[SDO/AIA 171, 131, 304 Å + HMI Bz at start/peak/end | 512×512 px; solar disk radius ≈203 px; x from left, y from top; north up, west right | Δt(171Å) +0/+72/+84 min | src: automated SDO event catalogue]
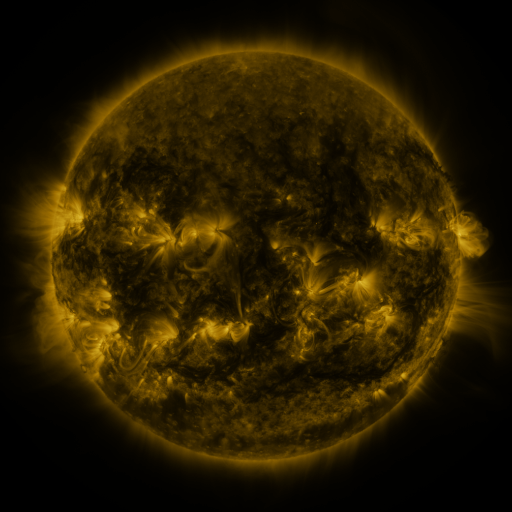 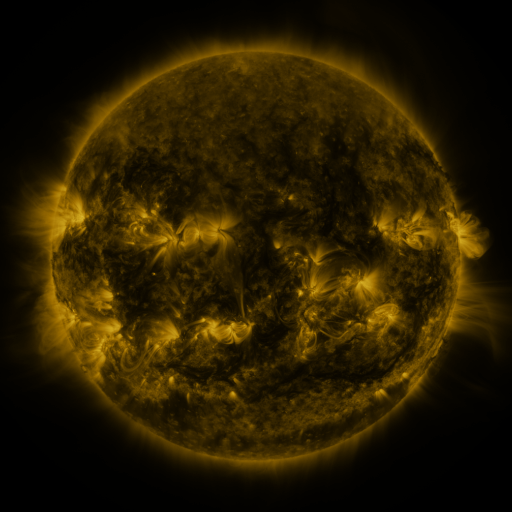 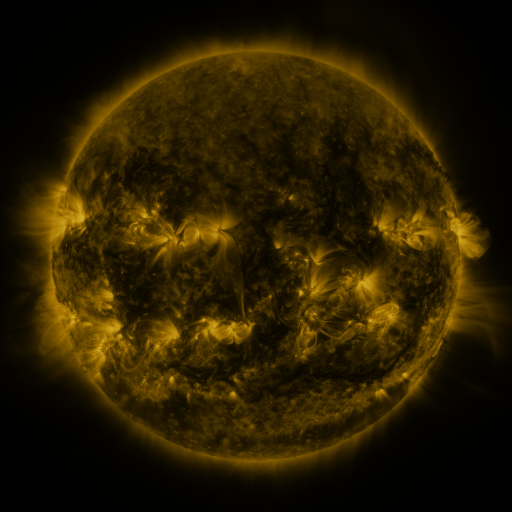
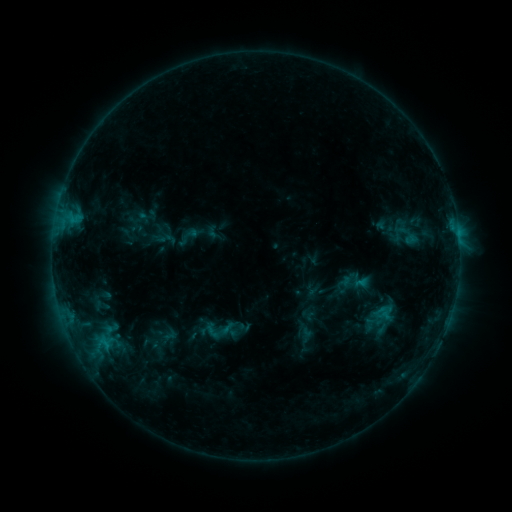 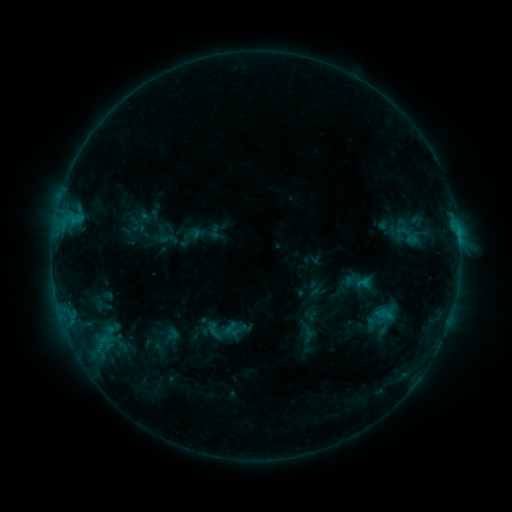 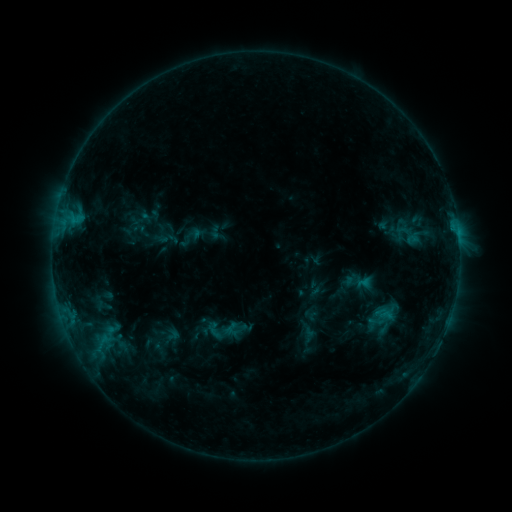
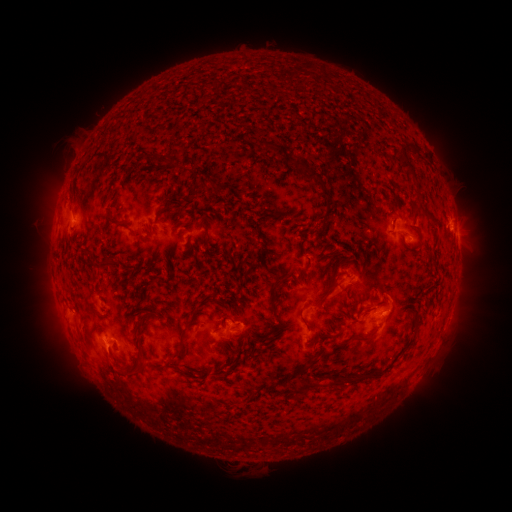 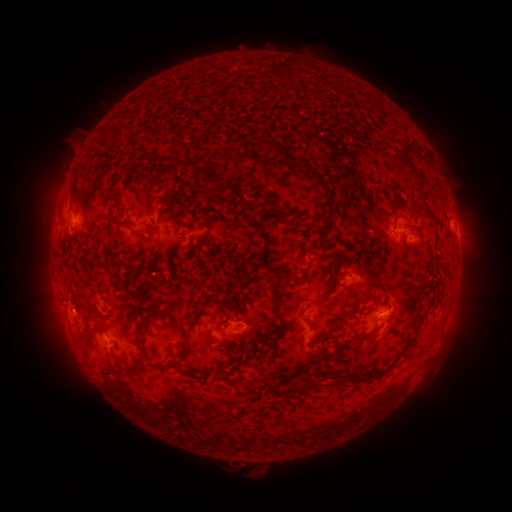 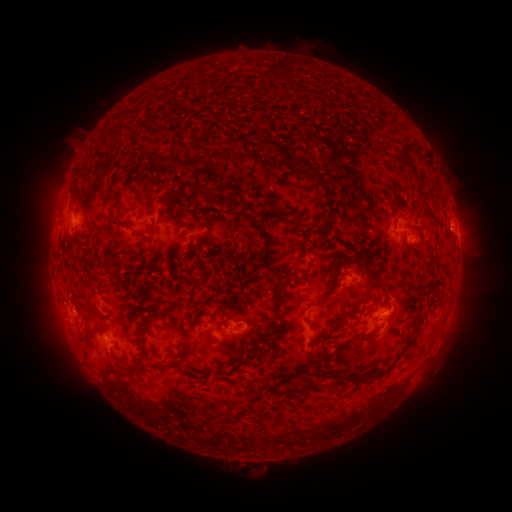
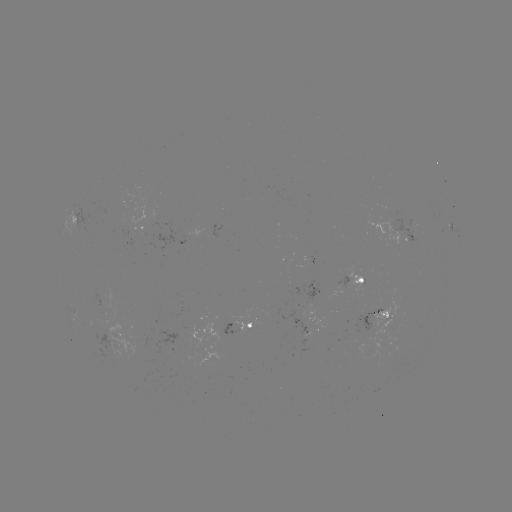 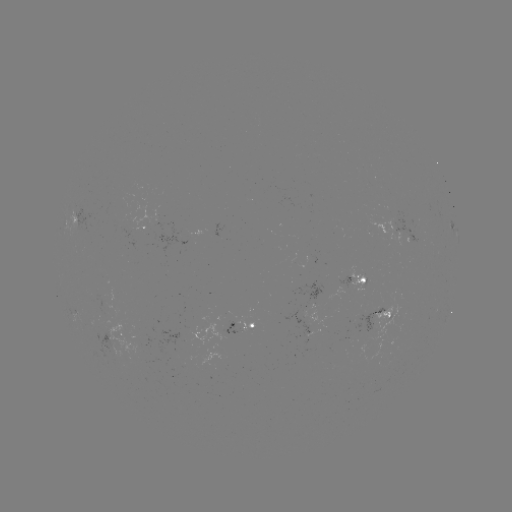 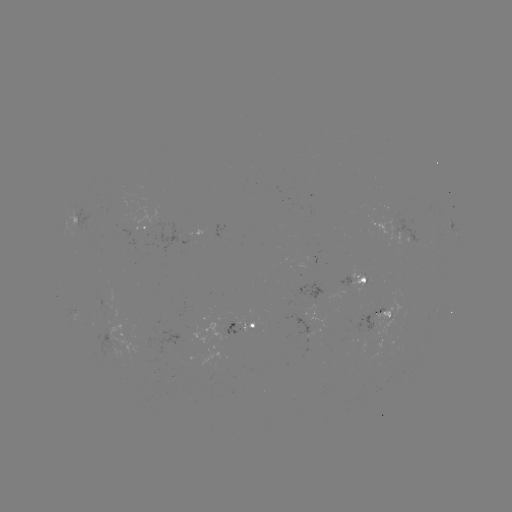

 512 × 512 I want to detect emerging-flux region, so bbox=[151, 223, 163, 231].